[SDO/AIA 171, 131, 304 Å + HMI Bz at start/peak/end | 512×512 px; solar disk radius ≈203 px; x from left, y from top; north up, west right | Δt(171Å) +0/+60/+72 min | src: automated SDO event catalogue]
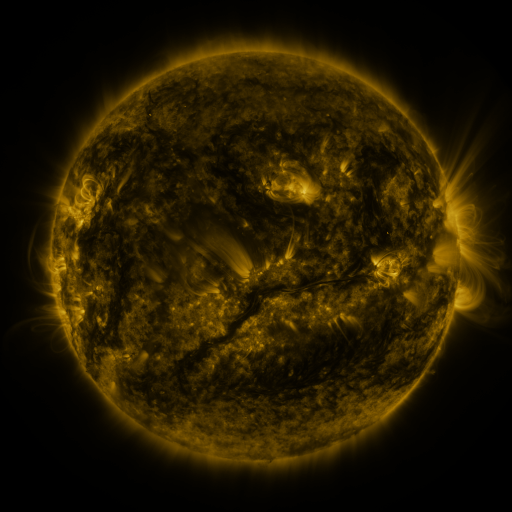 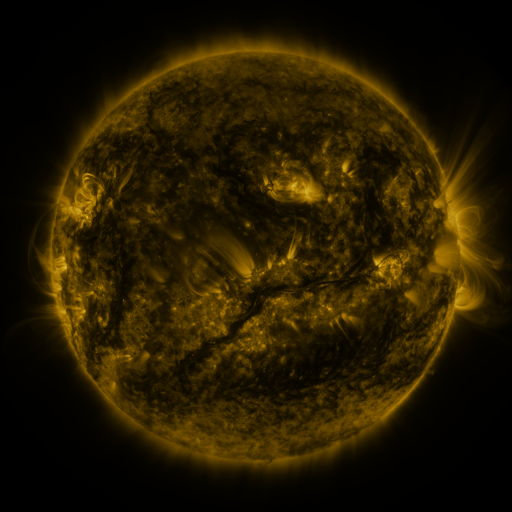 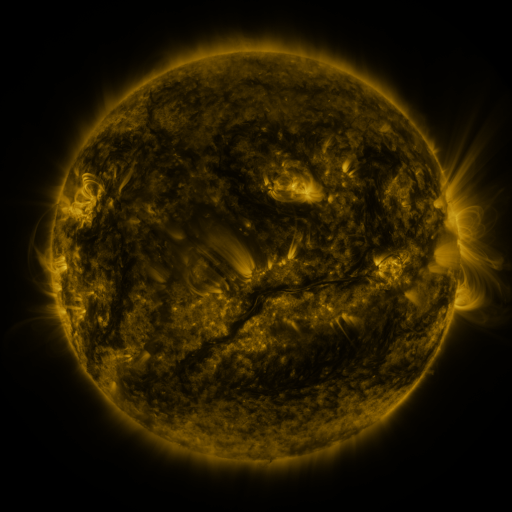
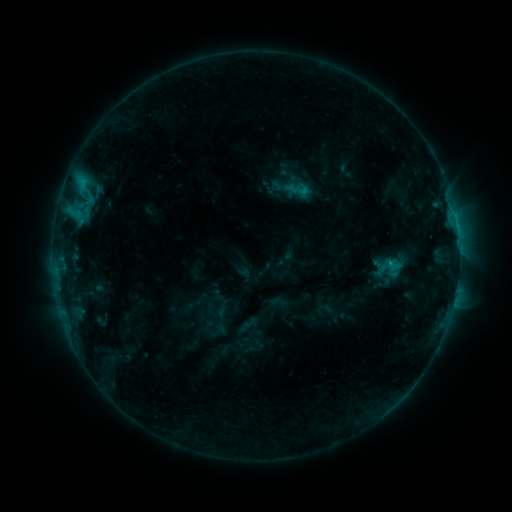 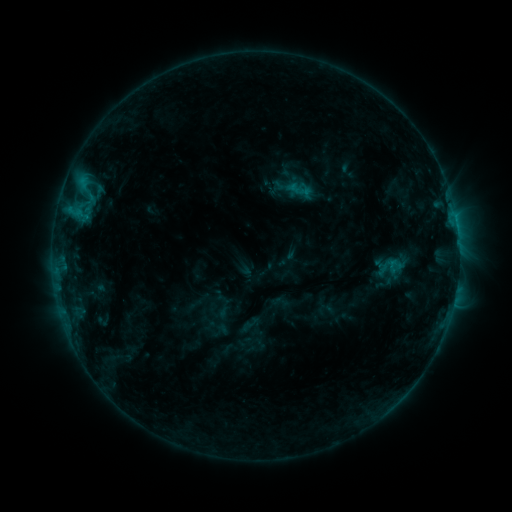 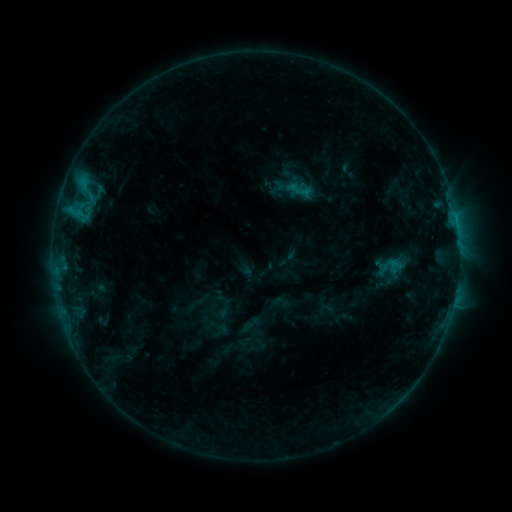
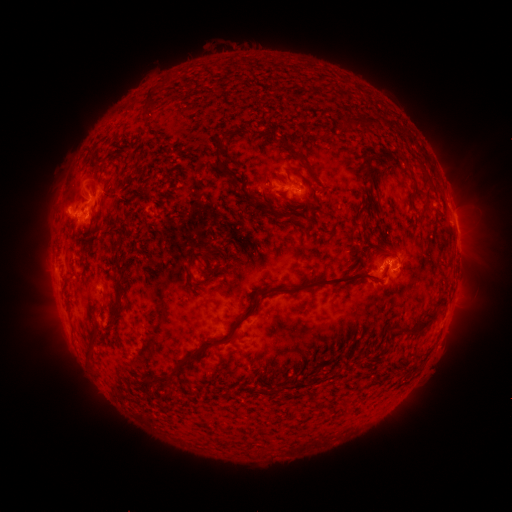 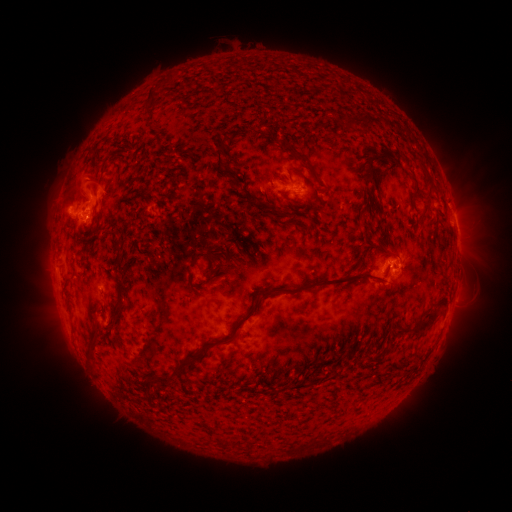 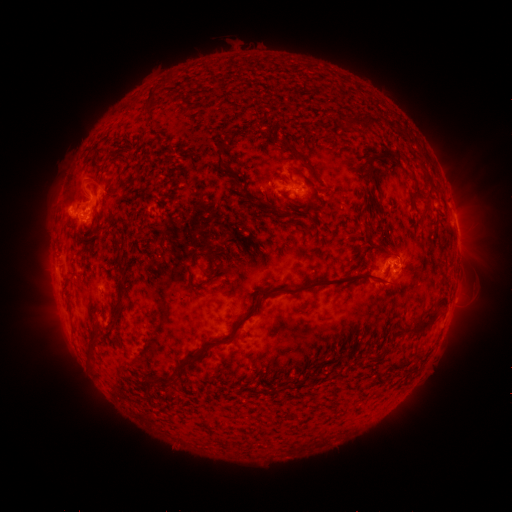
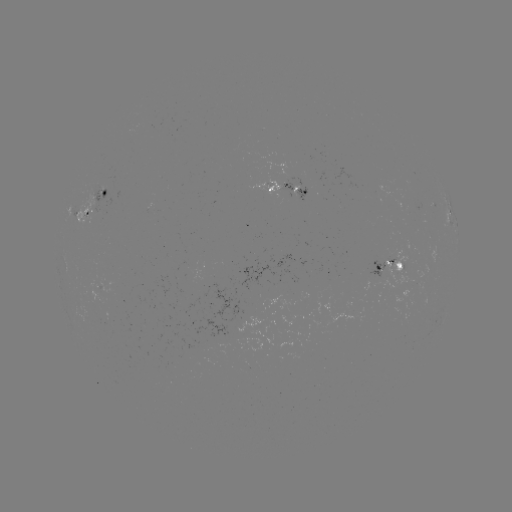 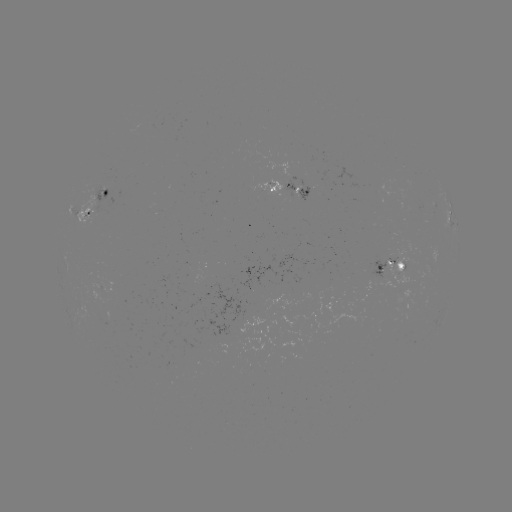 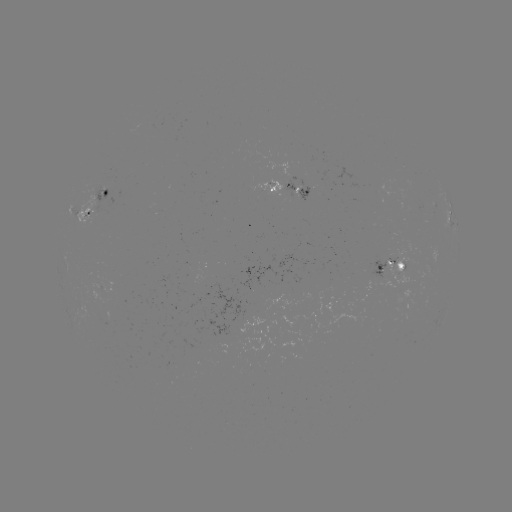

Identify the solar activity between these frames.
emerging-flux region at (93, 209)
